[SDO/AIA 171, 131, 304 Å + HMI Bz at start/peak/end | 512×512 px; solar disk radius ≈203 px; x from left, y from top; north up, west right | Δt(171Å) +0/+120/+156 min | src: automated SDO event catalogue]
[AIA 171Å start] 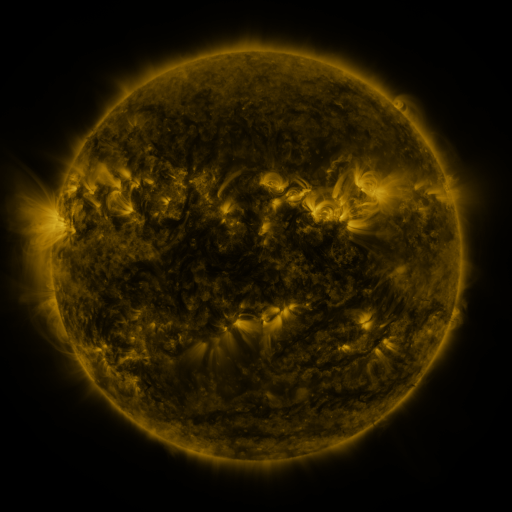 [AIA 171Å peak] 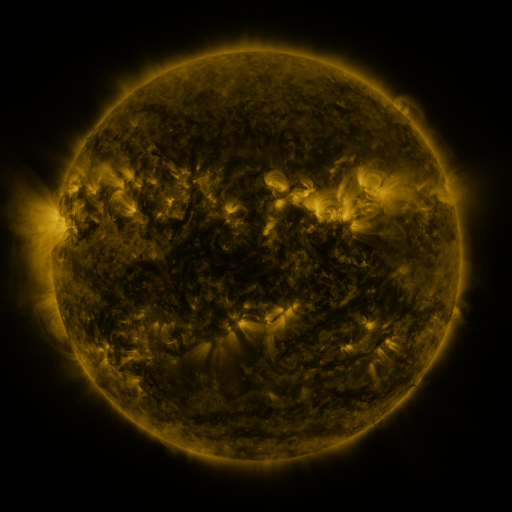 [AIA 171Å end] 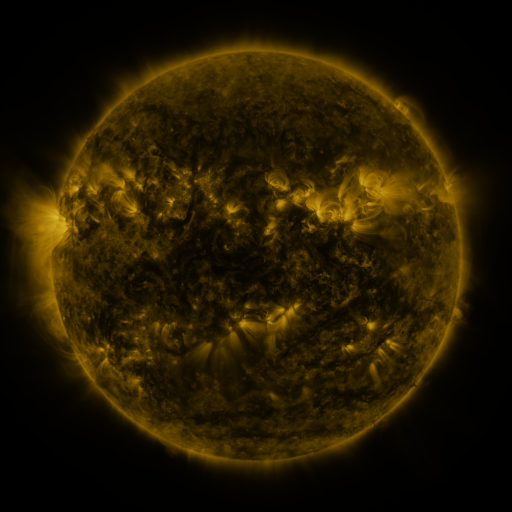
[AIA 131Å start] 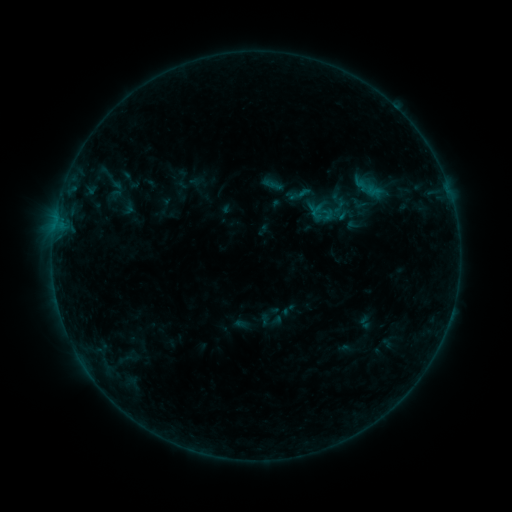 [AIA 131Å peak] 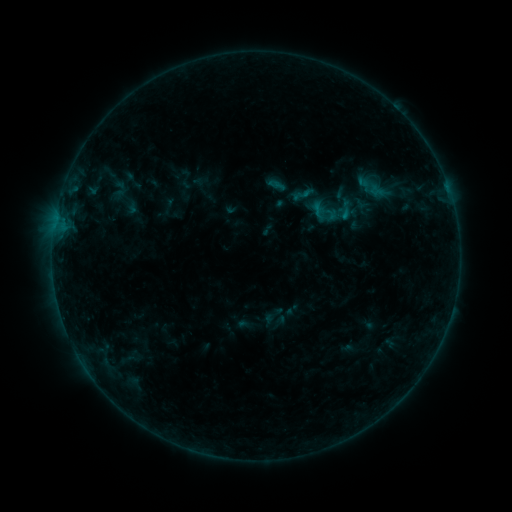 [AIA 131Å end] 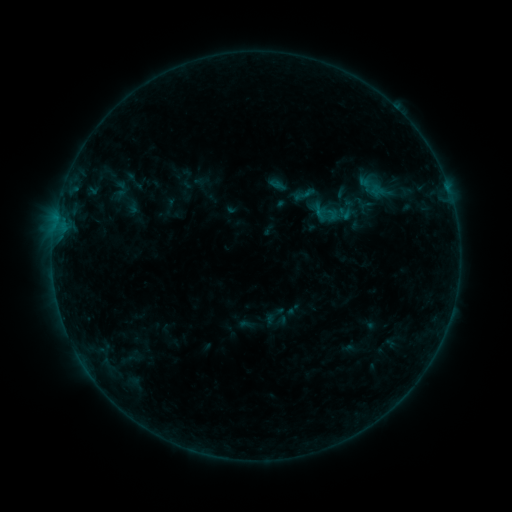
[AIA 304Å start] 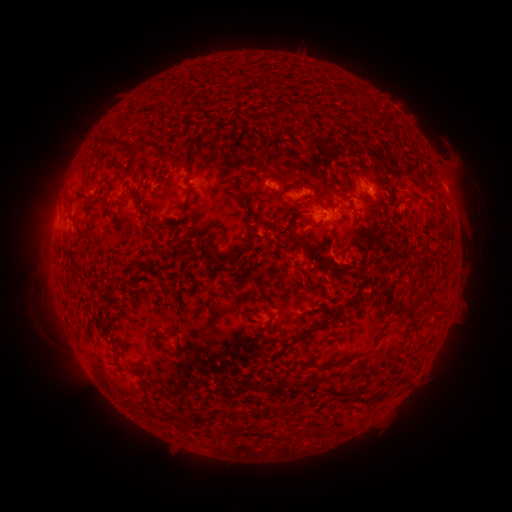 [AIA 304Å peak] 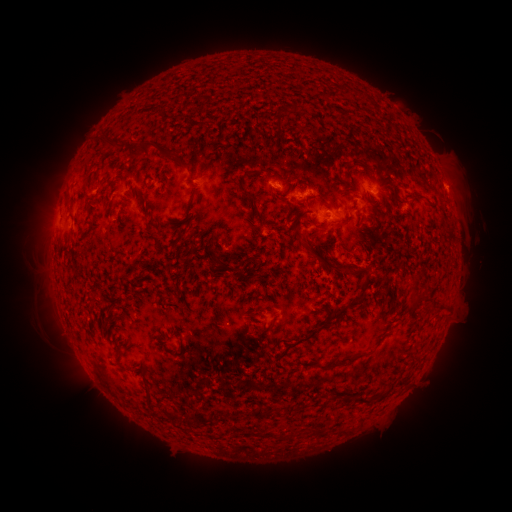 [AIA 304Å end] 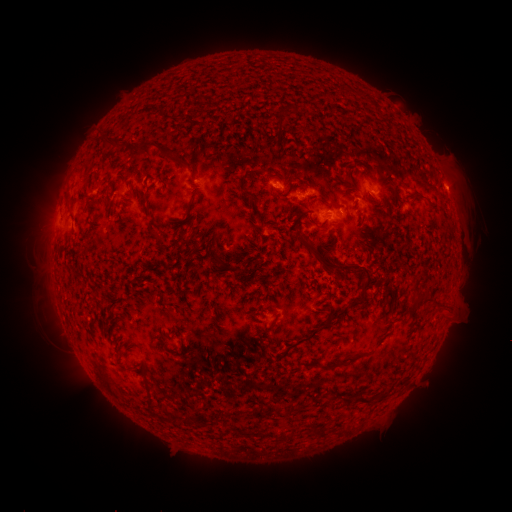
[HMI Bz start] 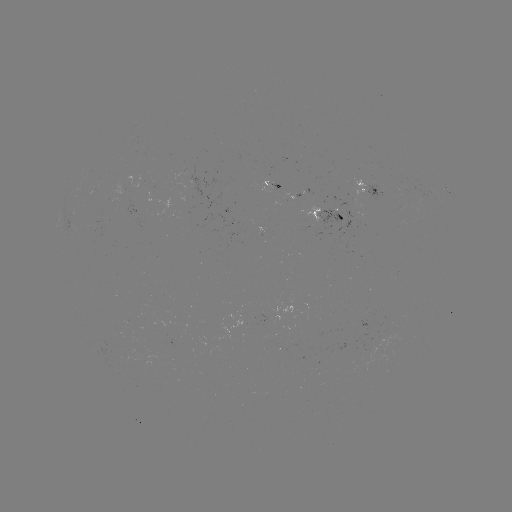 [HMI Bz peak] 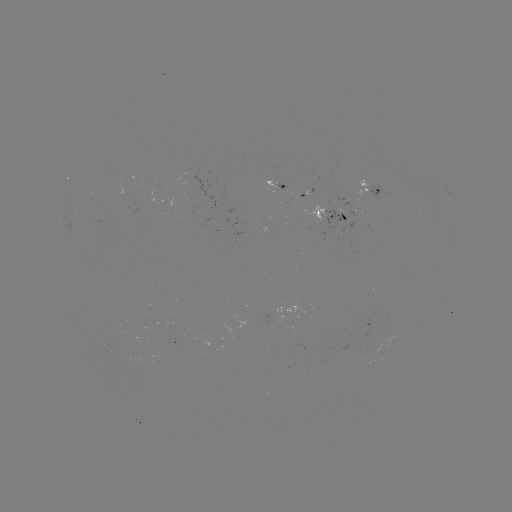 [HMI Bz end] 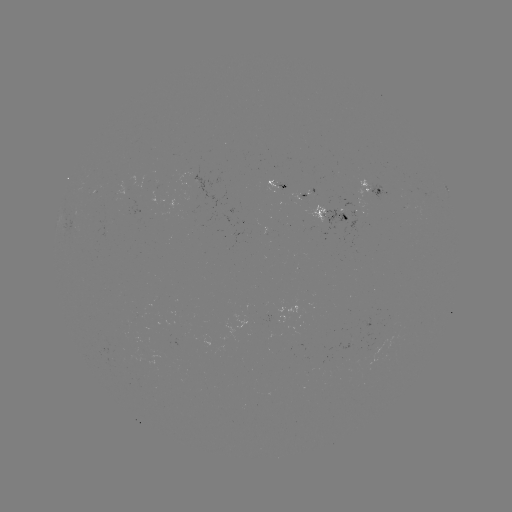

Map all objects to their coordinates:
emerging-flux region: (278, 185)
